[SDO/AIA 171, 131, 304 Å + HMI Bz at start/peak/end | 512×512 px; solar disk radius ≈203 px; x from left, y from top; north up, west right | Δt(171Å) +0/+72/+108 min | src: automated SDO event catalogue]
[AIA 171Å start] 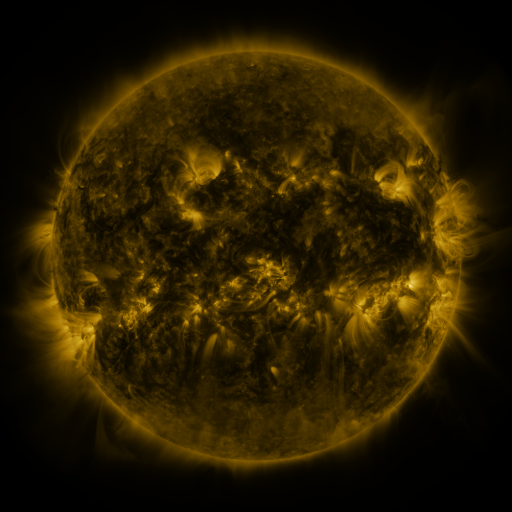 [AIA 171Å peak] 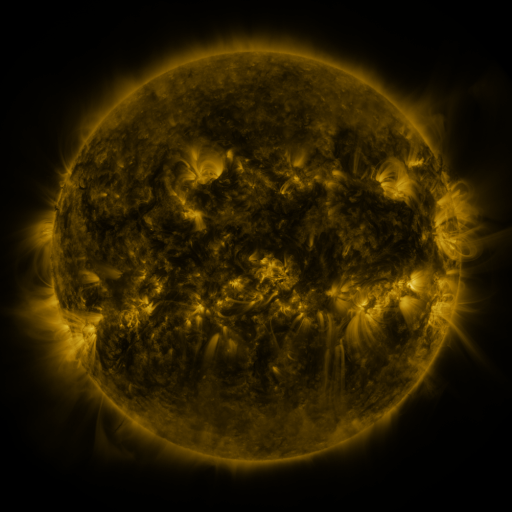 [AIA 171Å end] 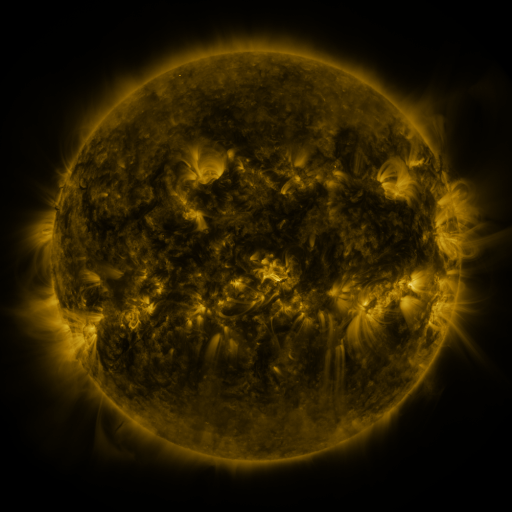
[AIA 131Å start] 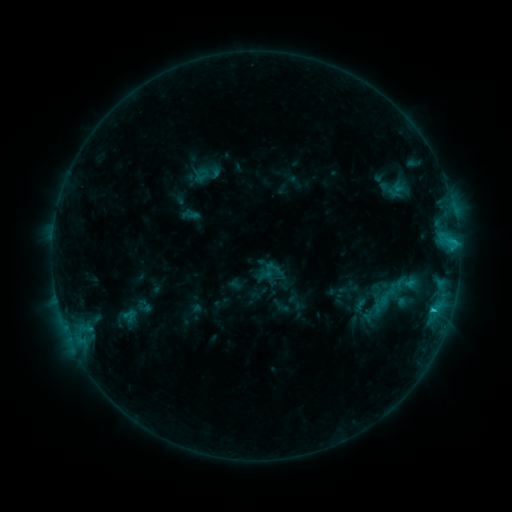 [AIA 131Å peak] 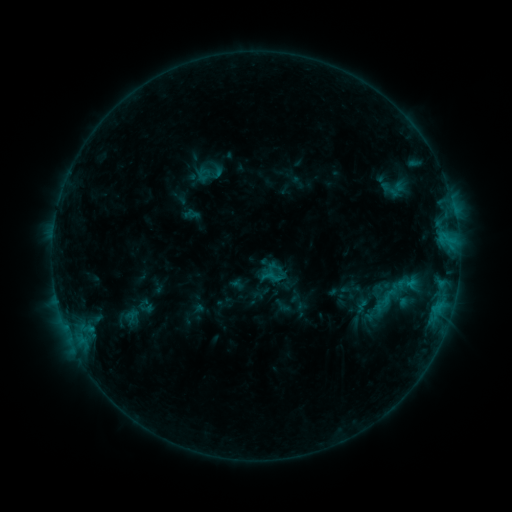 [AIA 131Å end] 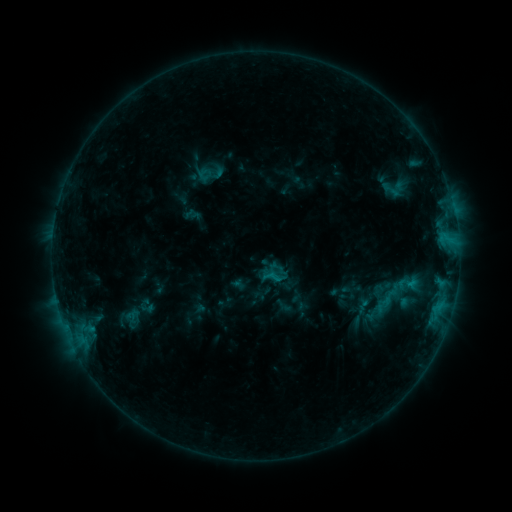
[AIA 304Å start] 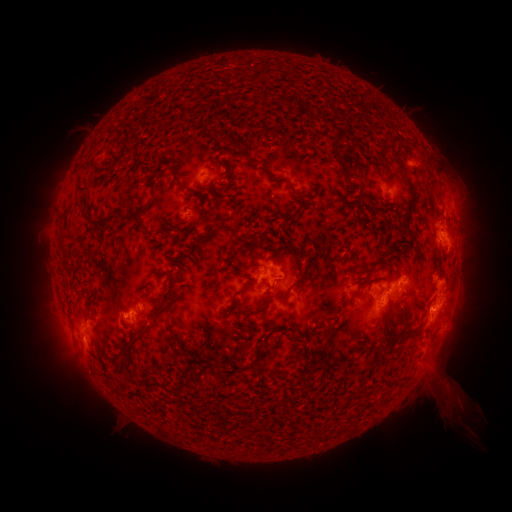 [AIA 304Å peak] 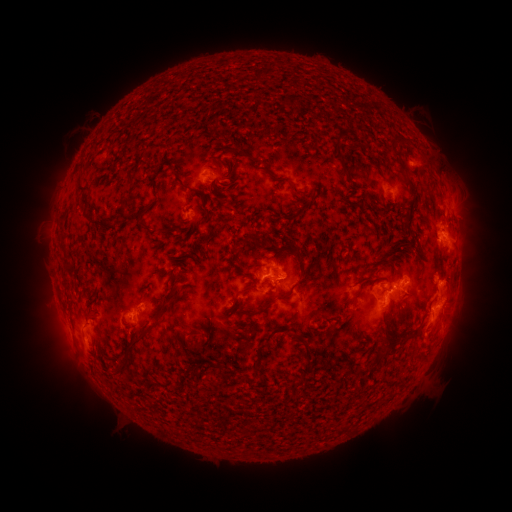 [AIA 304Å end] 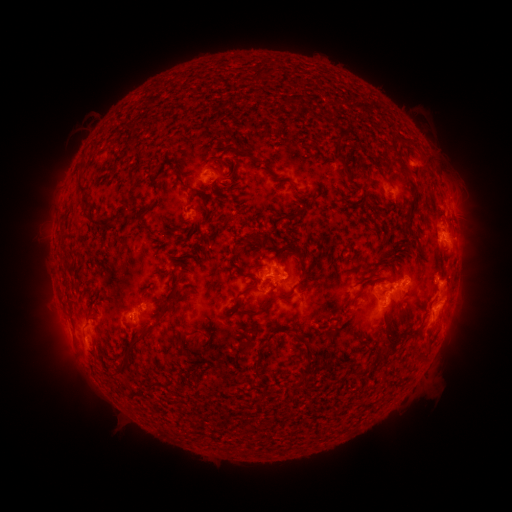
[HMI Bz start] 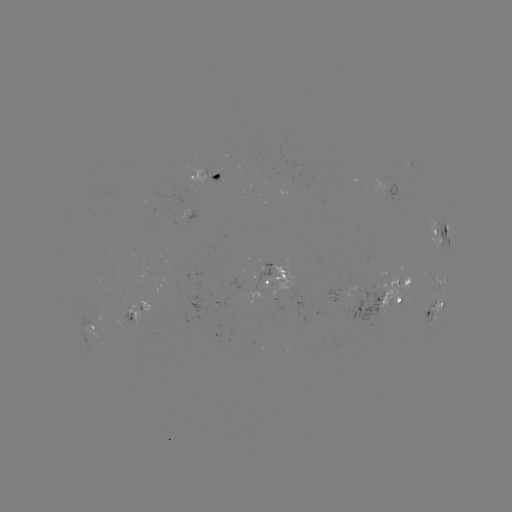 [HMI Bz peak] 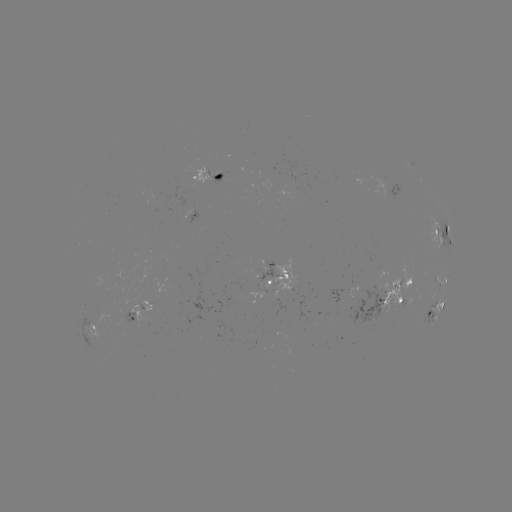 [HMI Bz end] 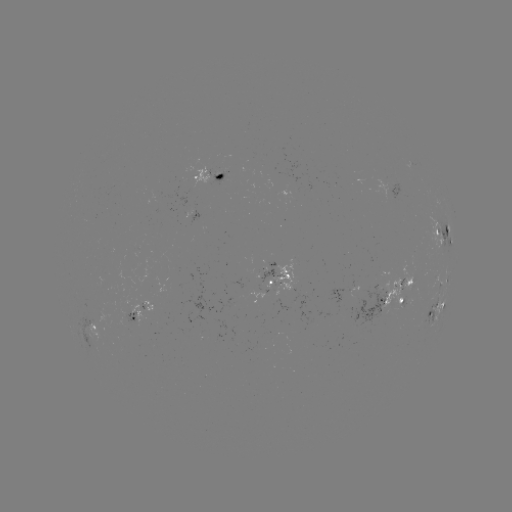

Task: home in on emerging-flux region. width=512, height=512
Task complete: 361,300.